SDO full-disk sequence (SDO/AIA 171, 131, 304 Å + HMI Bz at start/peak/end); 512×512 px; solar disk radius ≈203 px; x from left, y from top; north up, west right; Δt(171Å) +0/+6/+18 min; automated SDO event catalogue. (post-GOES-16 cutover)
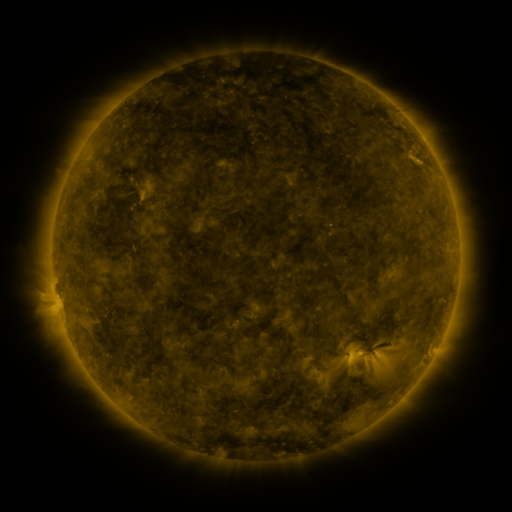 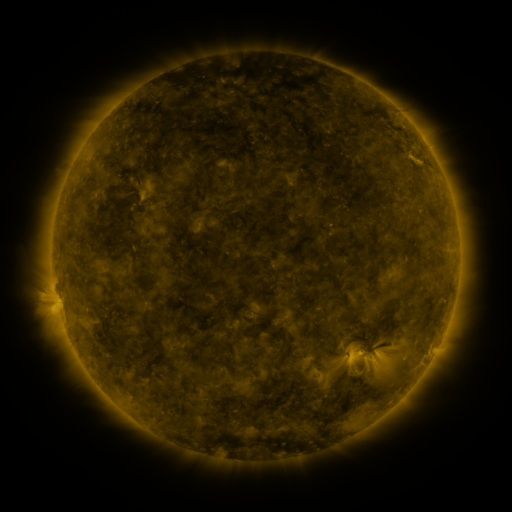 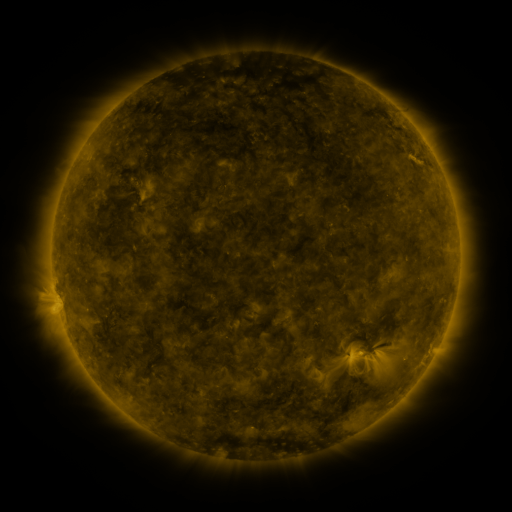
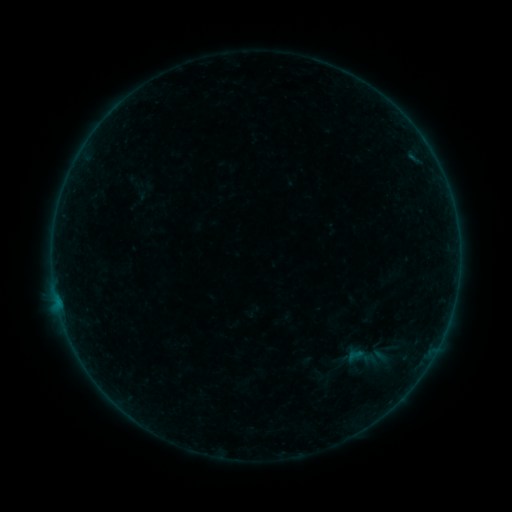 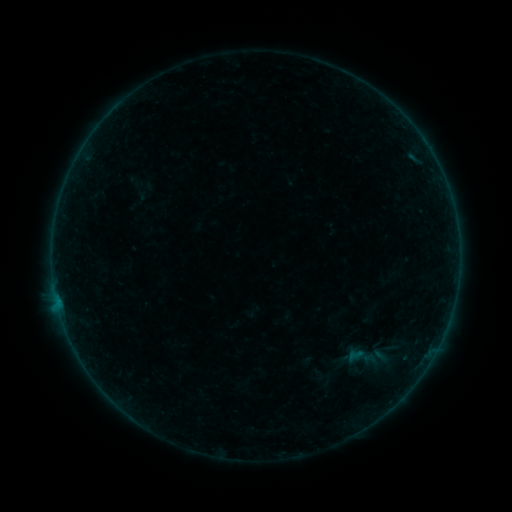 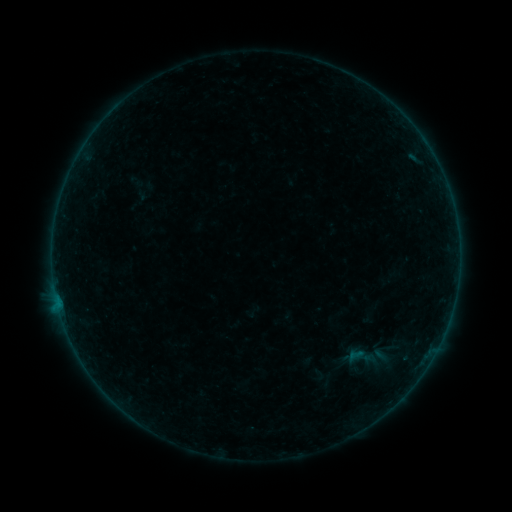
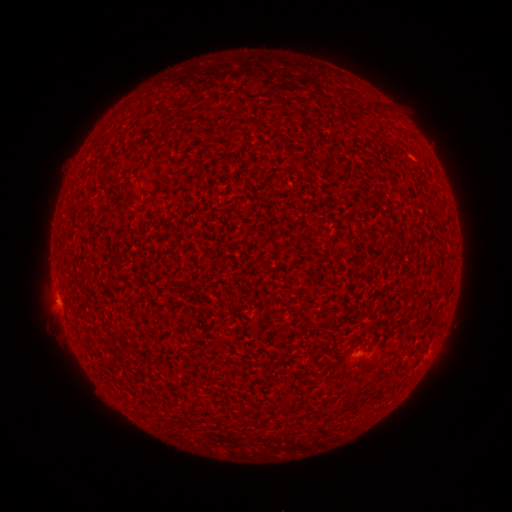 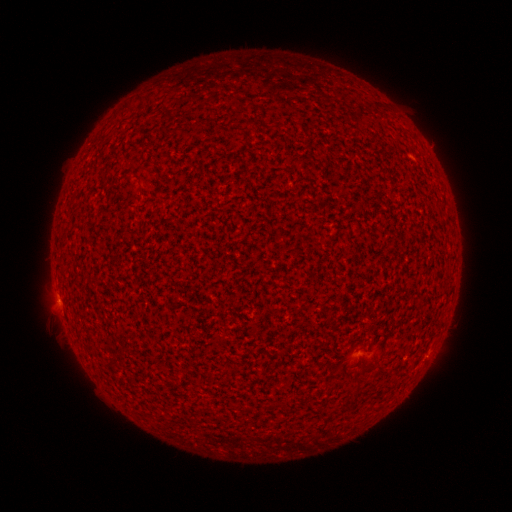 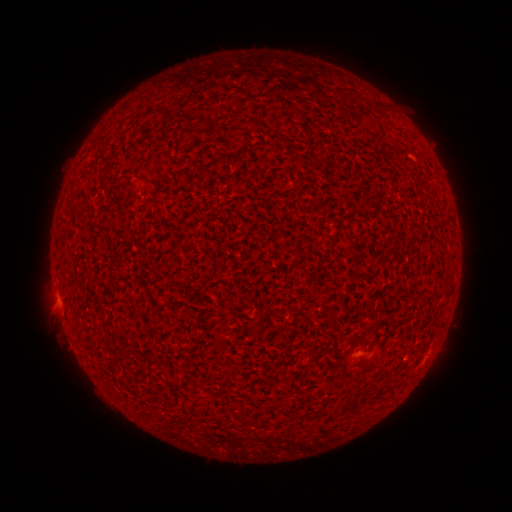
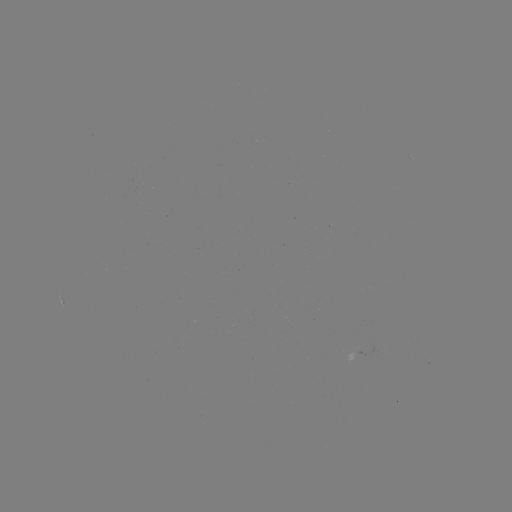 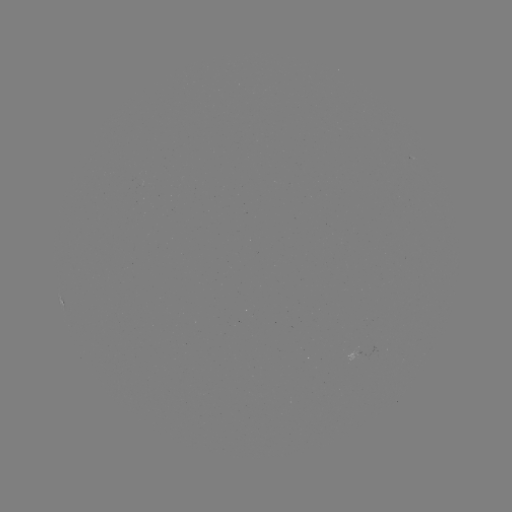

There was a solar flare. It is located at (57, 298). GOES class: A6.7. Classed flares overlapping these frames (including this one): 1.